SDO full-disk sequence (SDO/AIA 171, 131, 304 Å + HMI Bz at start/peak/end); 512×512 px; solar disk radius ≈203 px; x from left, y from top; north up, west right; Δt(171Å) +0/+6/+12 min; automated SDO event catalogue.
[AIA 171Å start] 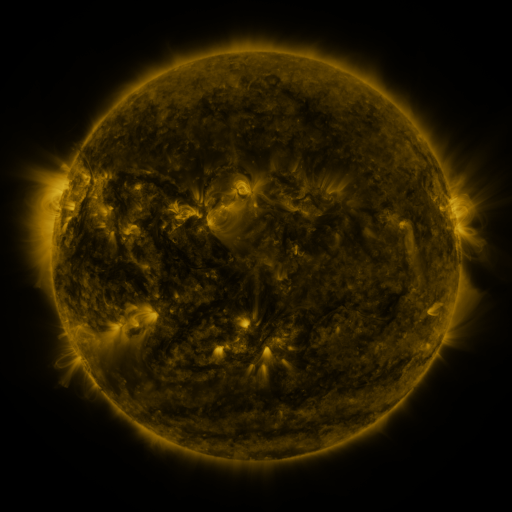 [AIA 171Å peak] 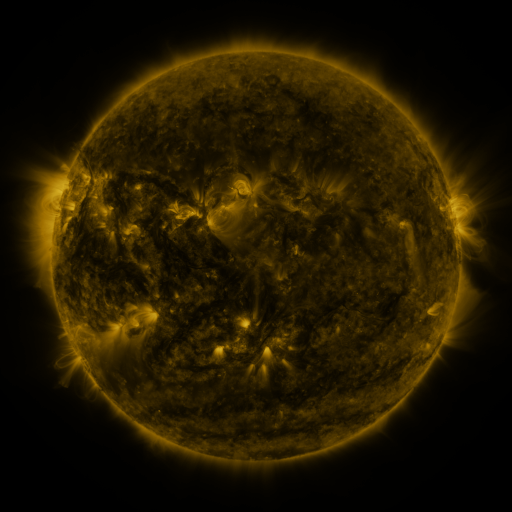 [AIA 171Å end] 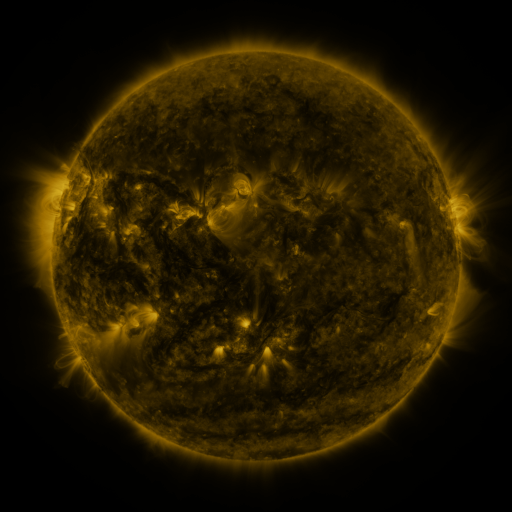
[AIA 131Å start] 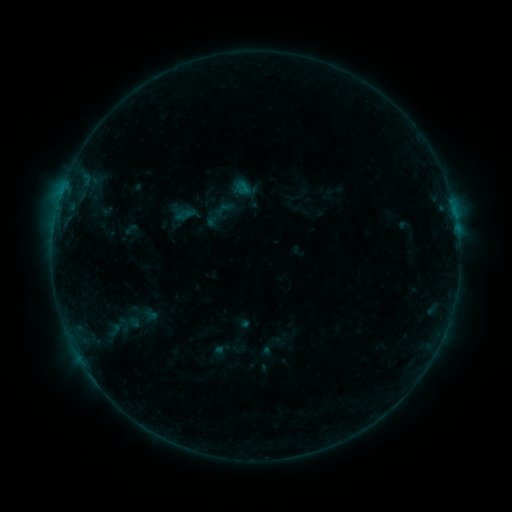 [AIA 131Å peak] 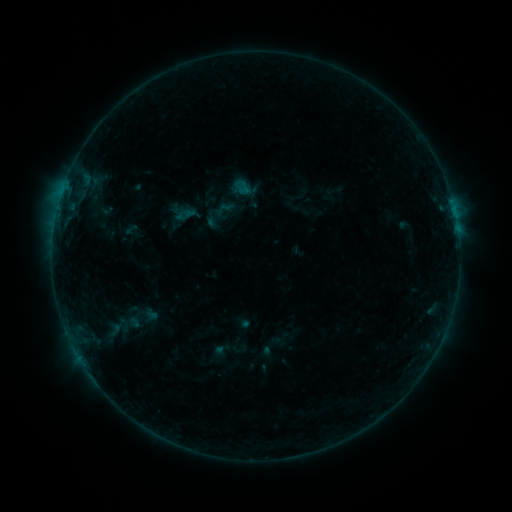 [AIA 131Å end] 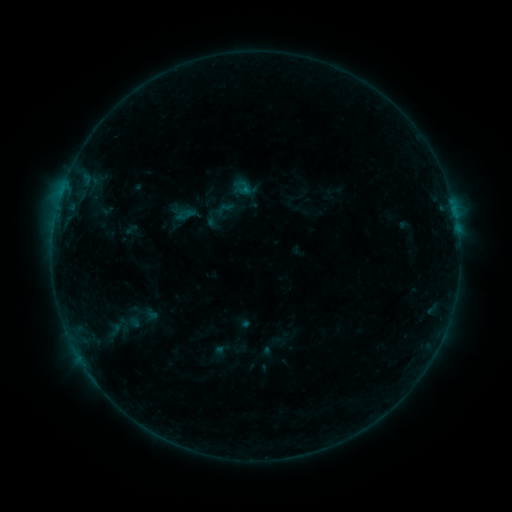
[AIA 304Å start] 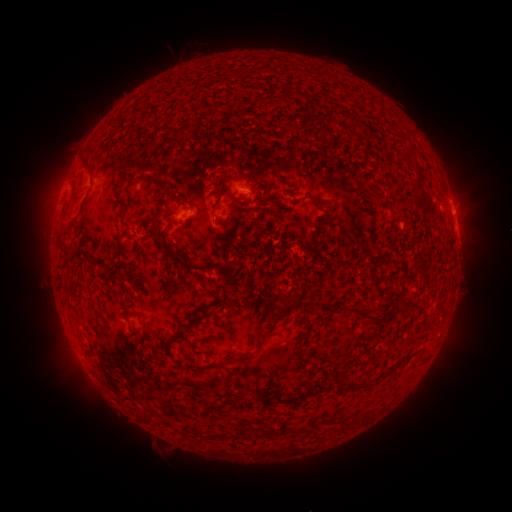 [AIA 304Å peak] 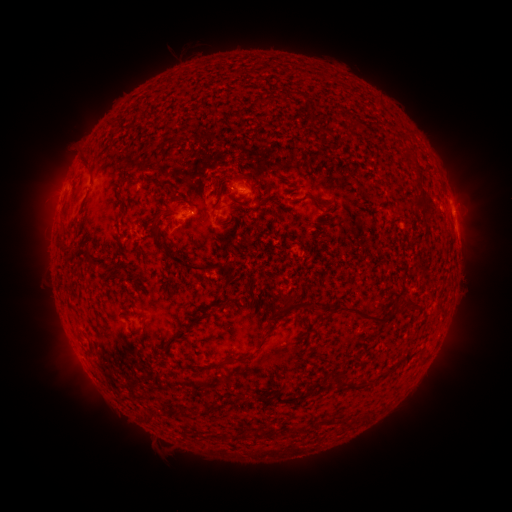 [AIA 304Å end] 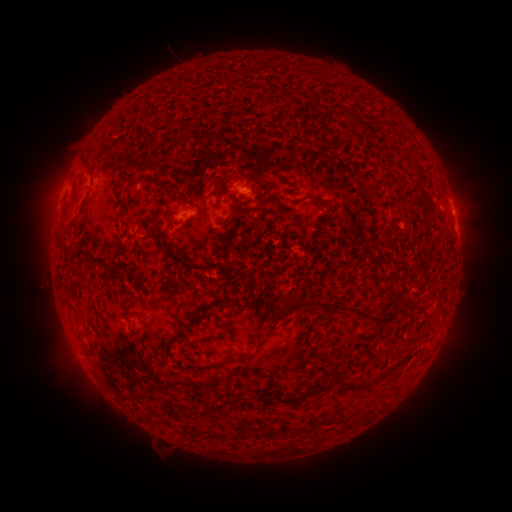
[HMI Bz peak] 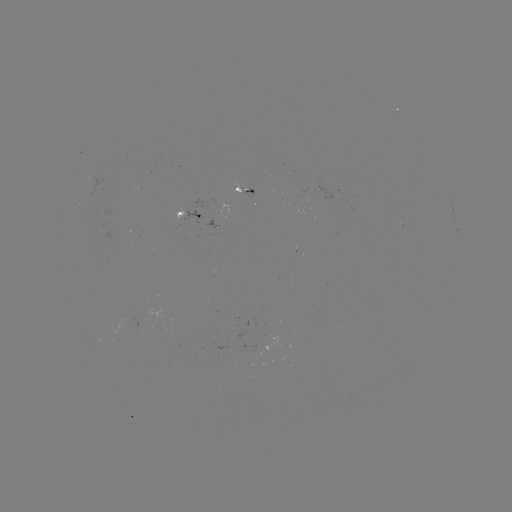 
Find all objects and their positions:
B2.5 flare: (457, 231)
